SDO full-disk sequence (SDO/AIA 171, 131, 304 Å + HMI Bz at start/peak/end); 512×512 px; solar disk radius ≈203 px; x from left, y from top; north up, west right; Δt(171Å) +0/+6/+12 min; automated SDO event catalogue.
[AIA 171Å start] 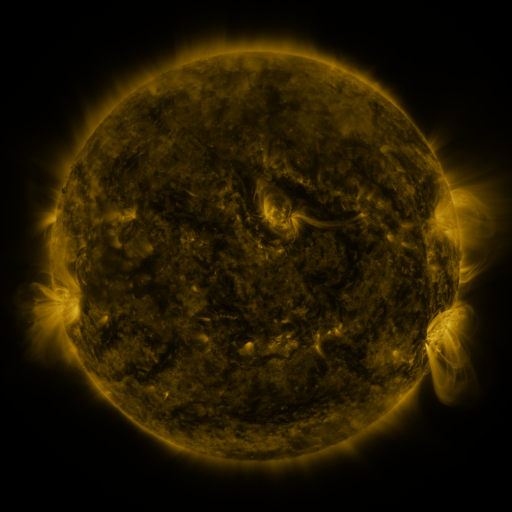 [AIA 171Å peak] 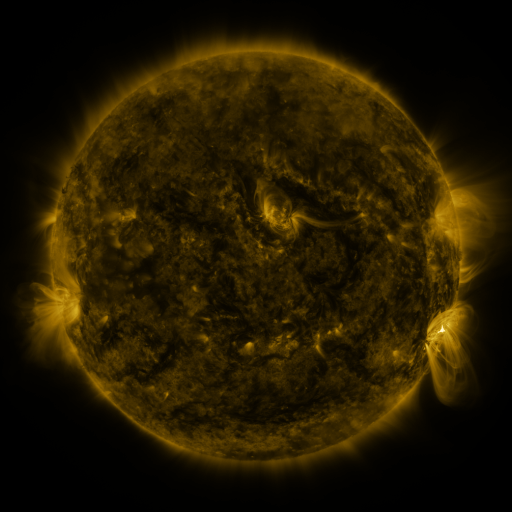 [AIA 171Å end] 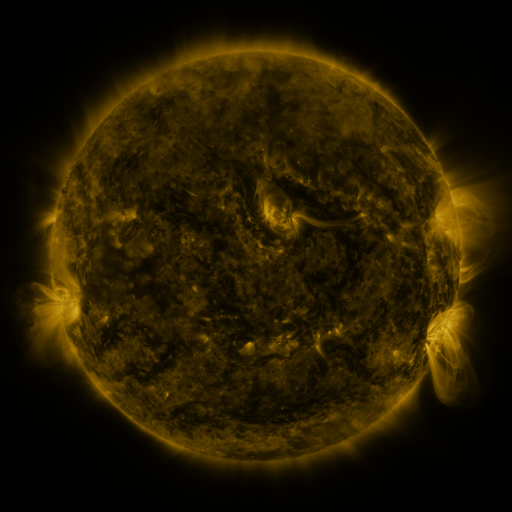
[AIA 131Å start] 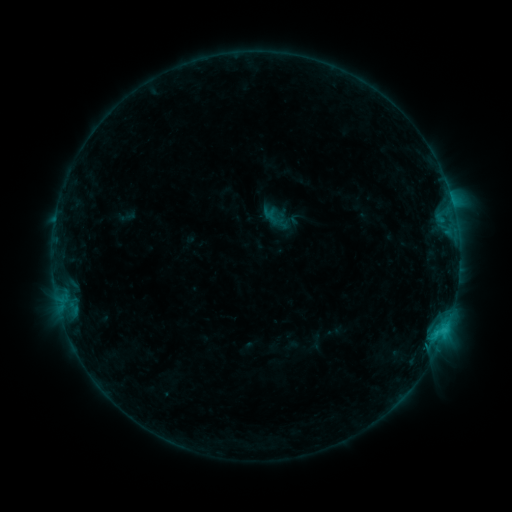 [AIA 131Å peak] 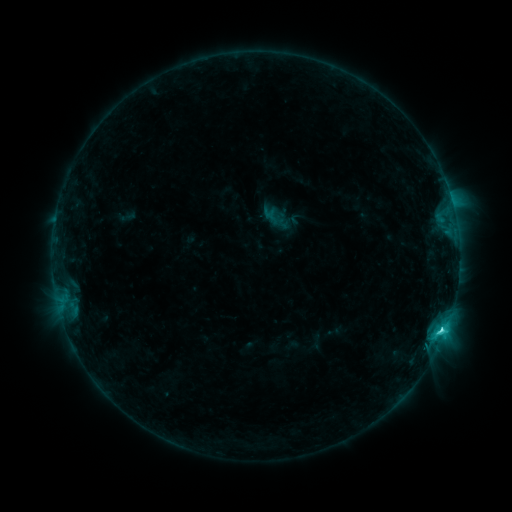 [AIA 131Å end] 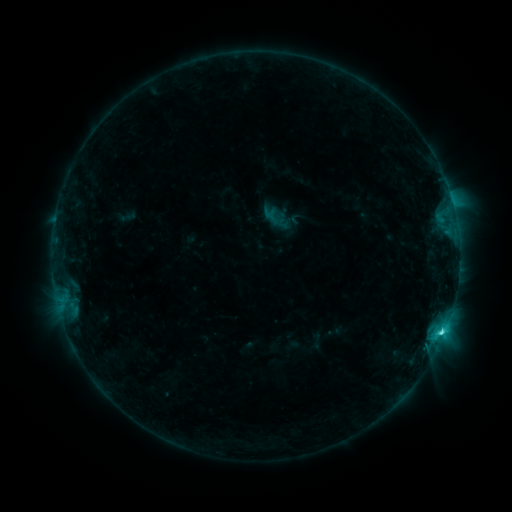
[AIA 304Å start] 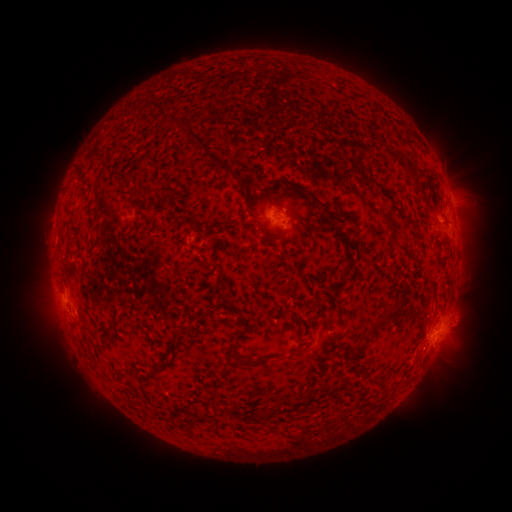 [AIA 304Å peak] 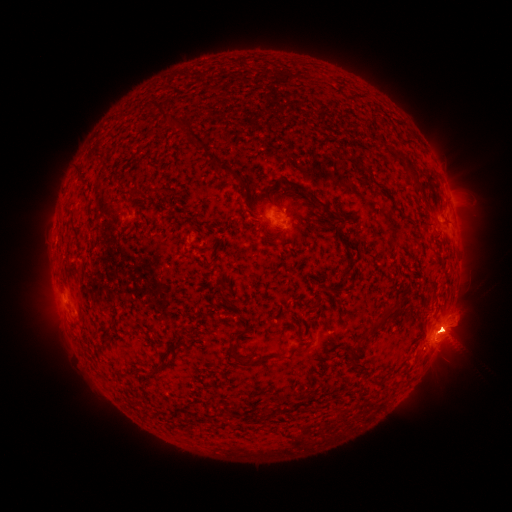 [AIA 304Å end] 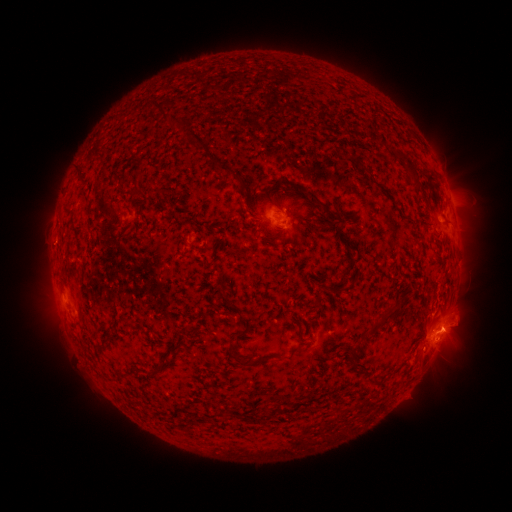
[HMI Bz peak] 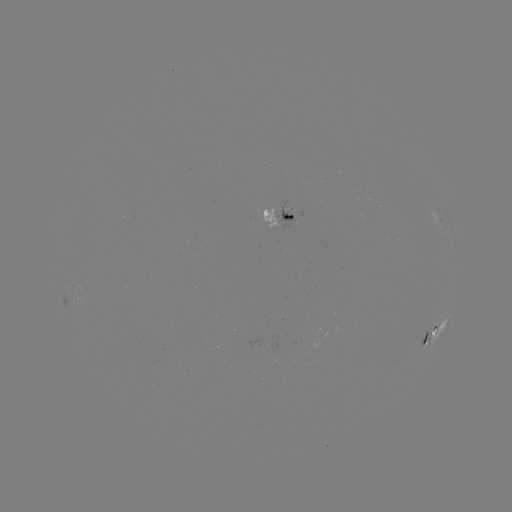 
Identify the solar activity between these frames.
C4.0 flare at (440, 330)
